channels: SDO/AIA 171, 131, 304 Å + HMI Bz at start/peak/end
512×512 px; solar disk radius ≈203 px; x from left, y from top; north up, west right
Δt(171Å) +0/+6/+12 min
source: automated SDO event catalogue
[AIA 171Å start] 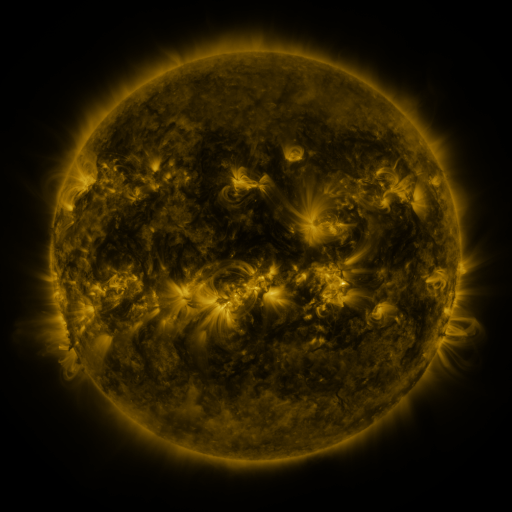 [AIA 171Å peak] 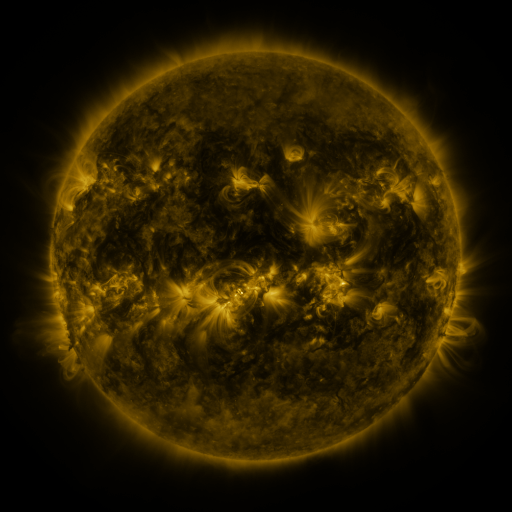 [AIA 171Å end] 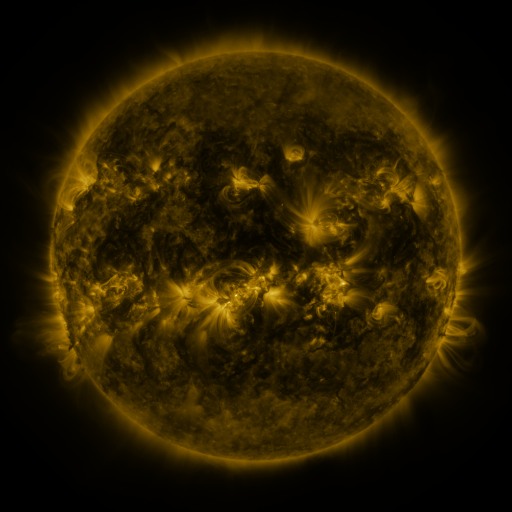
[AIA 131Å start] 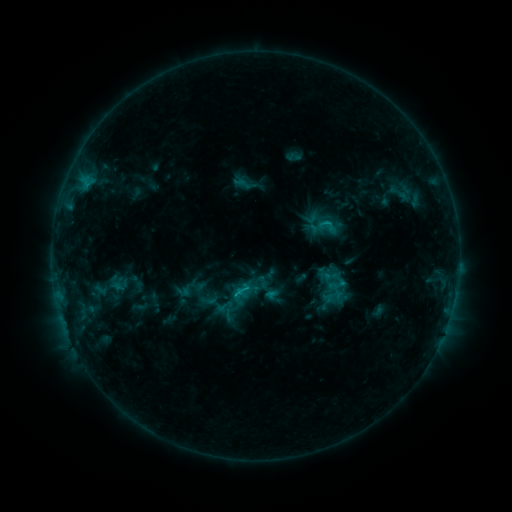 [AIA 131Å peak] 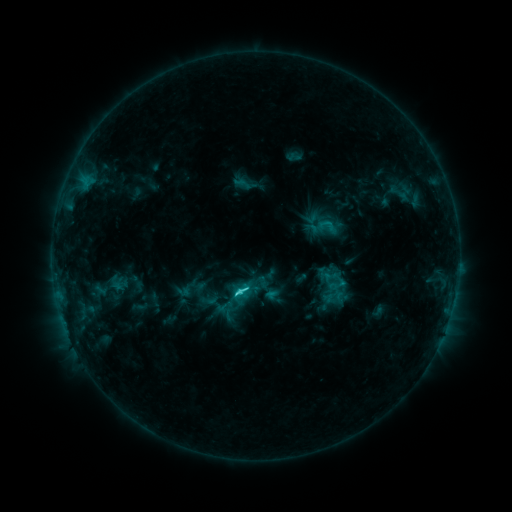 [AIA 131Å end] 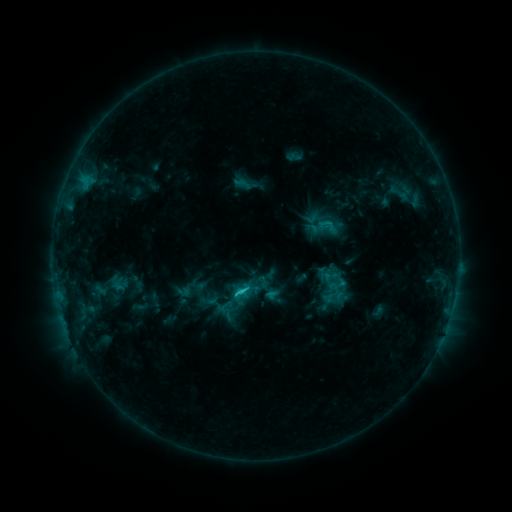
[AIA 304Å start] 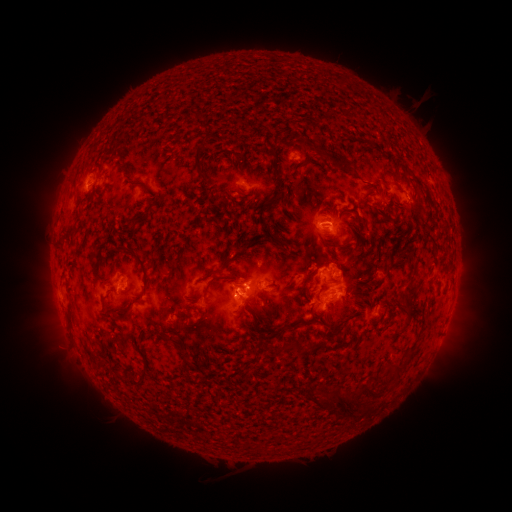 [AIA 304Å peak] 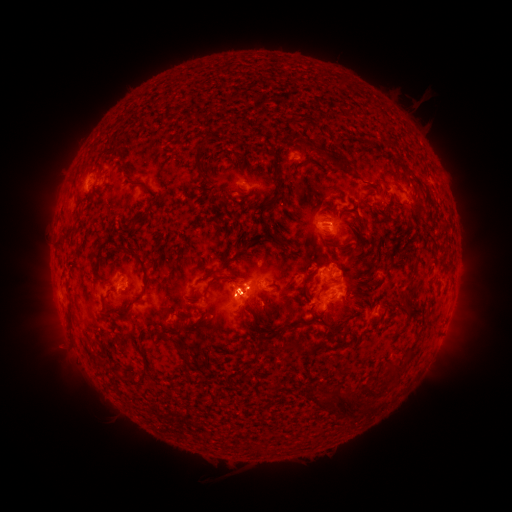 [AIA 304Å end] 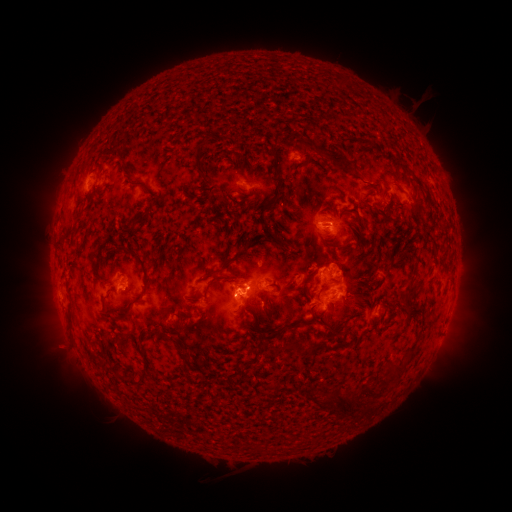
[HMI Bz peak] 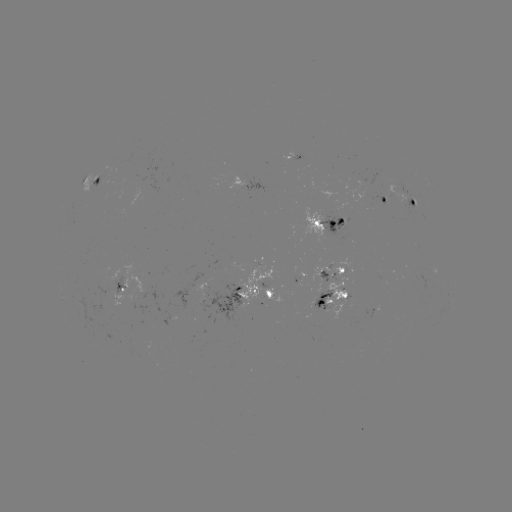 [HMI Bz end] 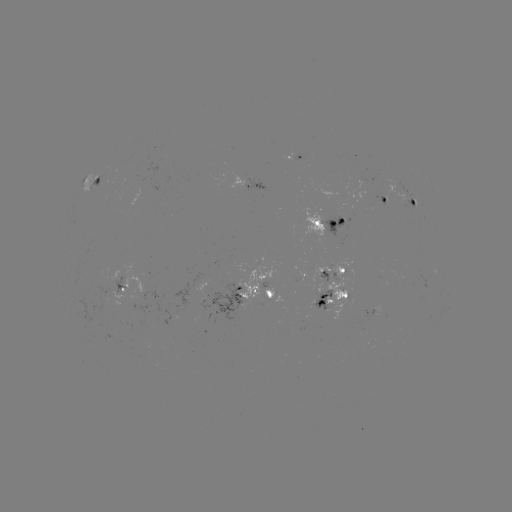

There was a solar flare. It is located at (238, 290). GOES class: C2.4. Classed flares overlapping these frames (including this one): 1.